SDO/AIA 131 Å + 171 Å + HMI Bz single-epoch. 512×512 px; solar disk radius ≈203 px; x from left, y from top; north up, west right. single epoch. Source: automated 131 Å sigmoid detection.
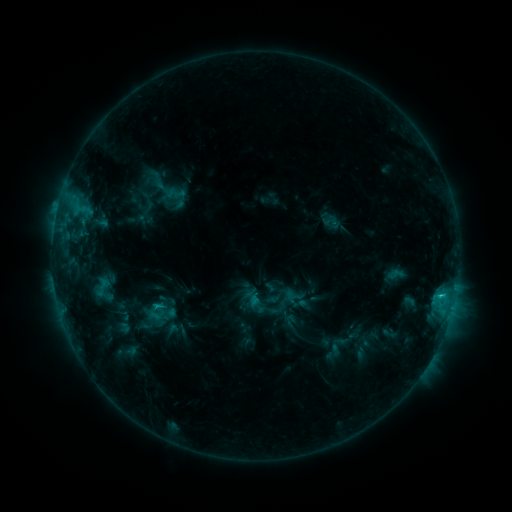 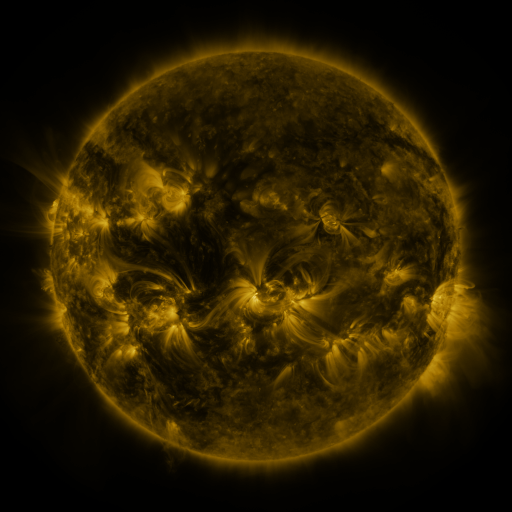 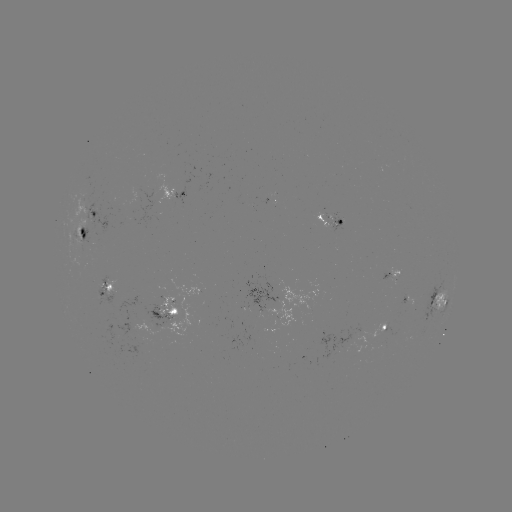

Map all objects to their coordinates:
sigmoid: <bbox>283, 314, 298, 328</bbox>
